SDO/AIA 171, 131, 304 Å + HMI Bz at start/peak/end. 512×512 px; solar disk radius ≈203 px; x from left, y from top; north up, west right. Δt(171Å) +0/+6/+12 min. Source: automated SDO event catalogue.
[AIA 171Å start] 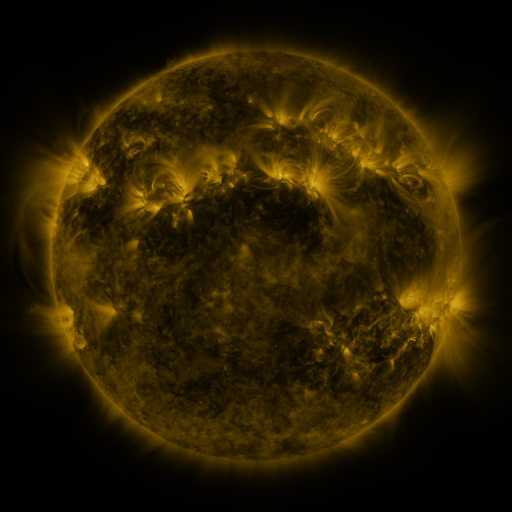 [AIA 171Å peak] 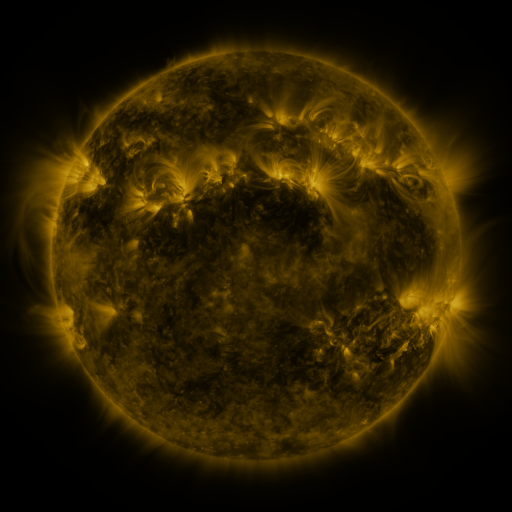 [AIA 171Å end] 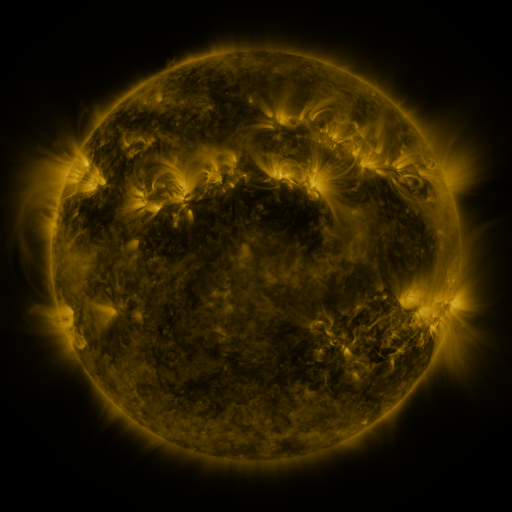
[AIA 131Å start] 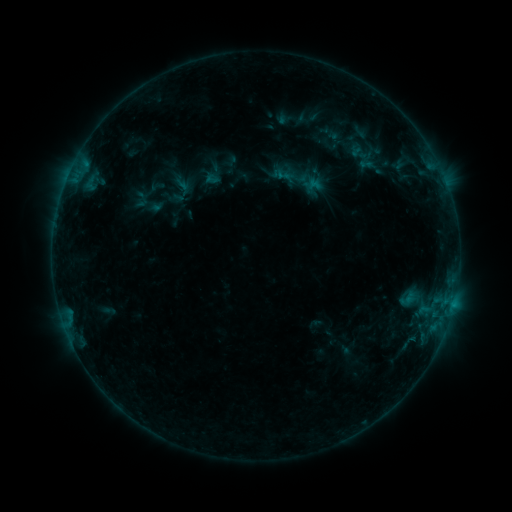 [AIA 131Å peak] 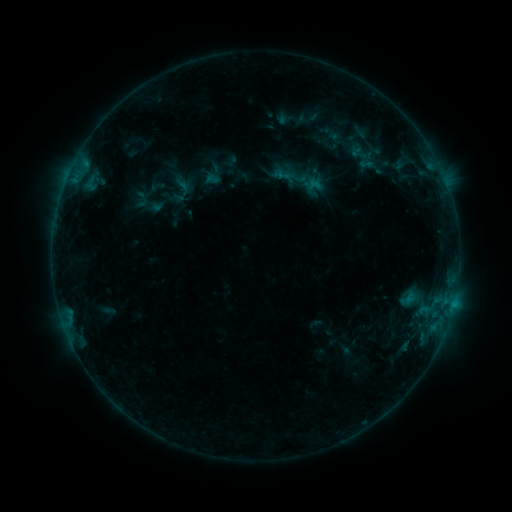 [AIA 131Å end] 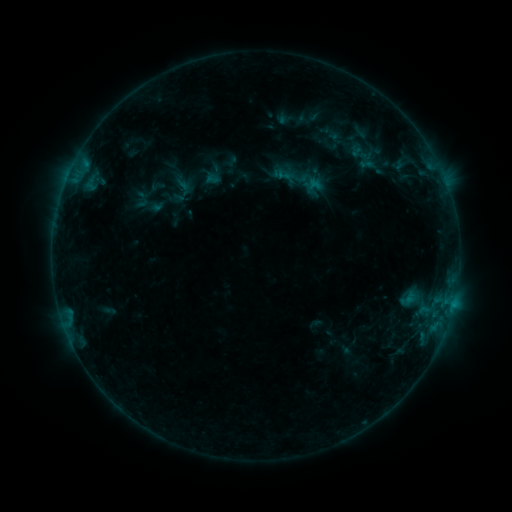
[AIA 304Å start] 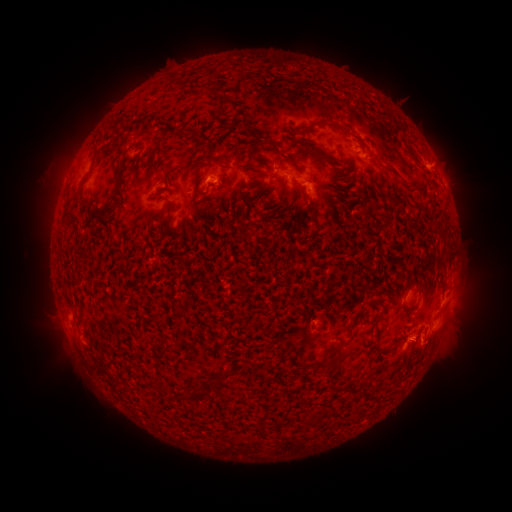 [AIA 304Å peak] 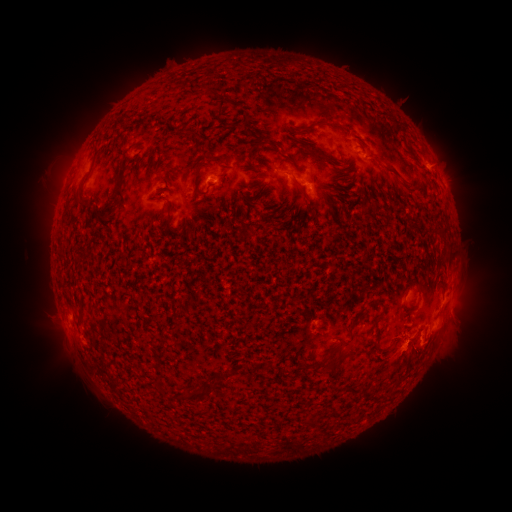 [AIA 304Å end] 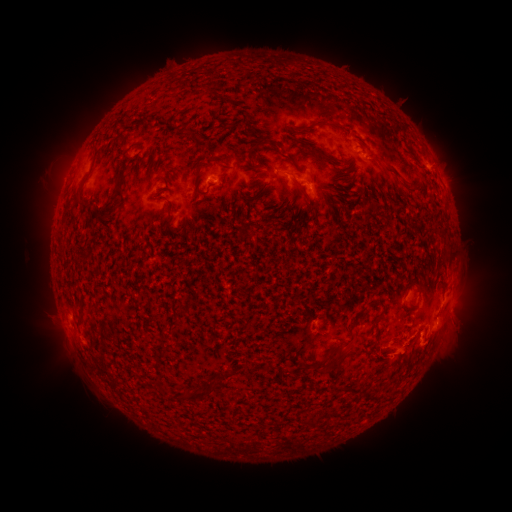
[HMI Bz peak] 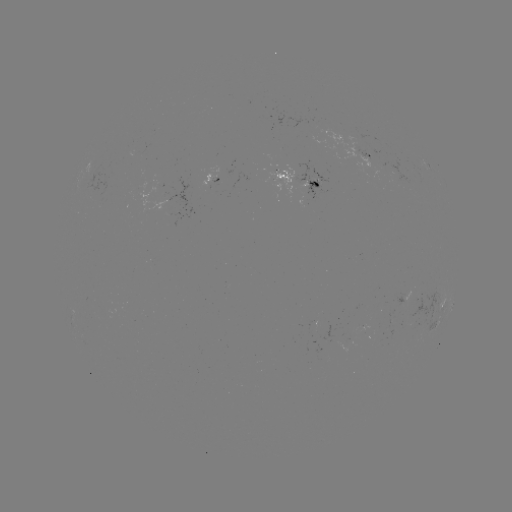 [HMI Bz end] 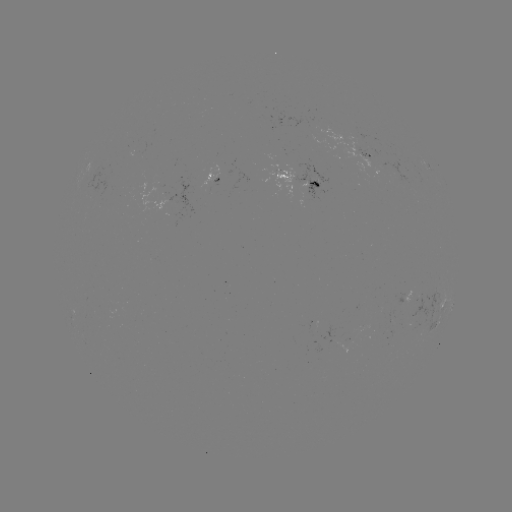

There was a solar eruption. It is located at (407, 400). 